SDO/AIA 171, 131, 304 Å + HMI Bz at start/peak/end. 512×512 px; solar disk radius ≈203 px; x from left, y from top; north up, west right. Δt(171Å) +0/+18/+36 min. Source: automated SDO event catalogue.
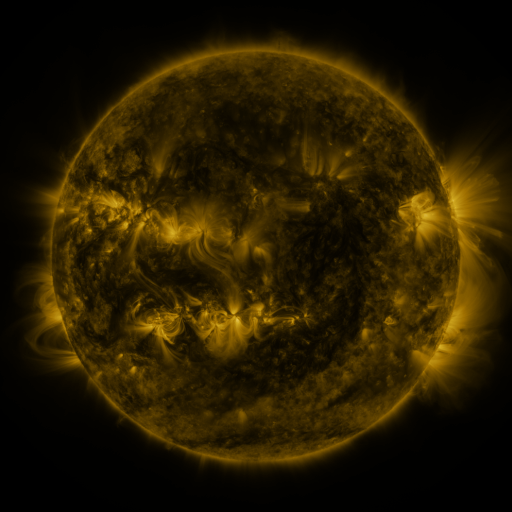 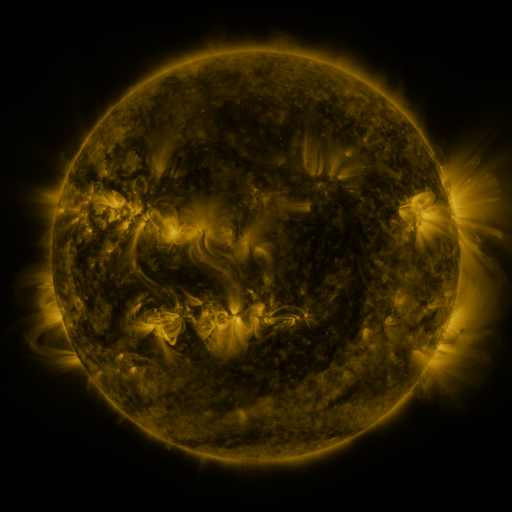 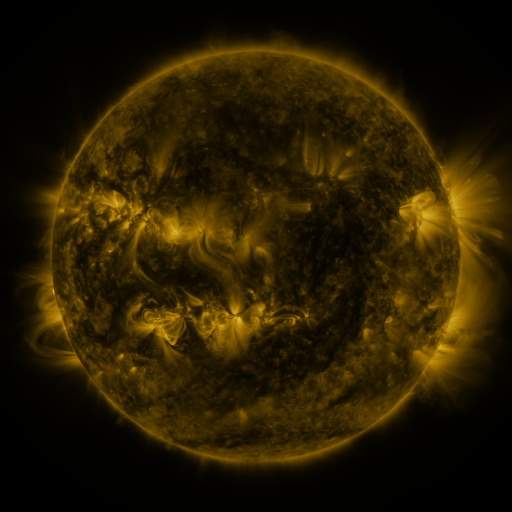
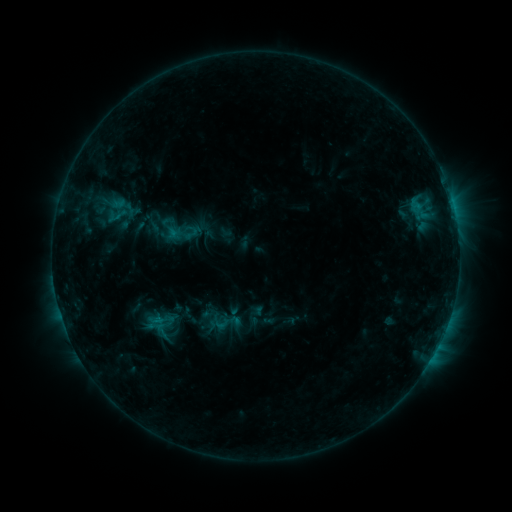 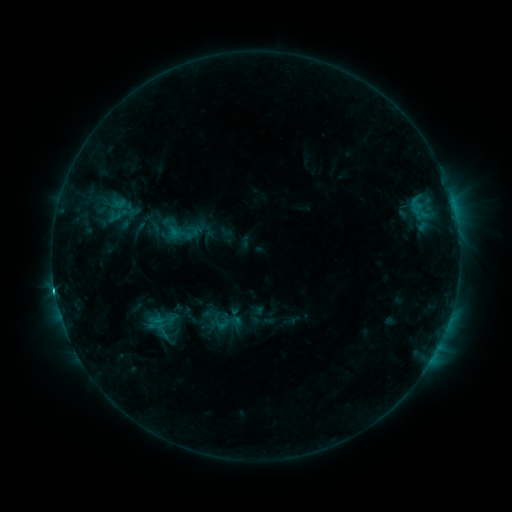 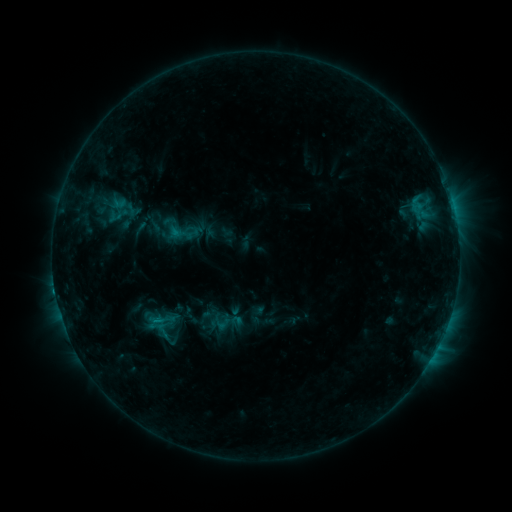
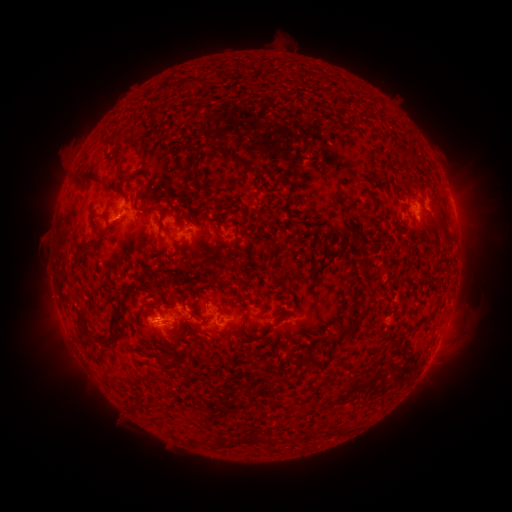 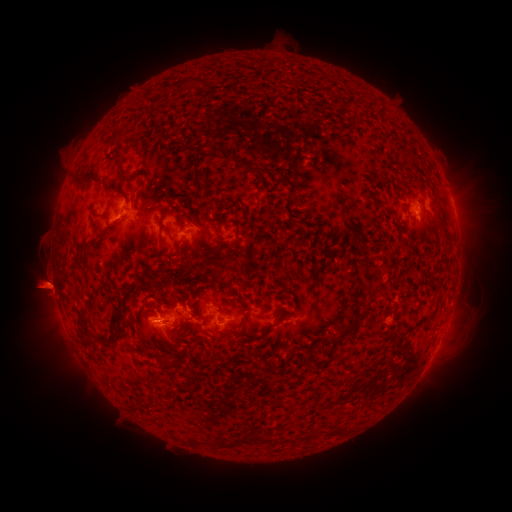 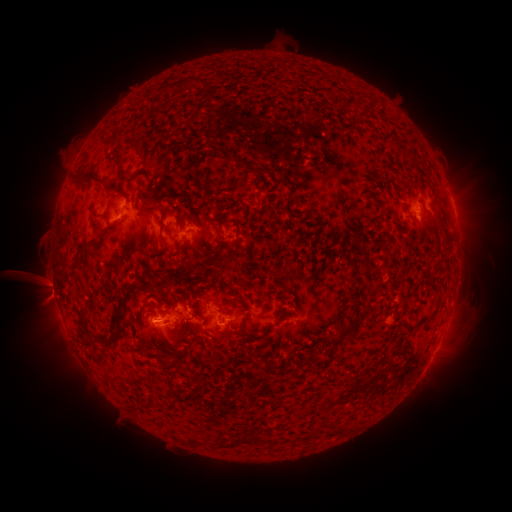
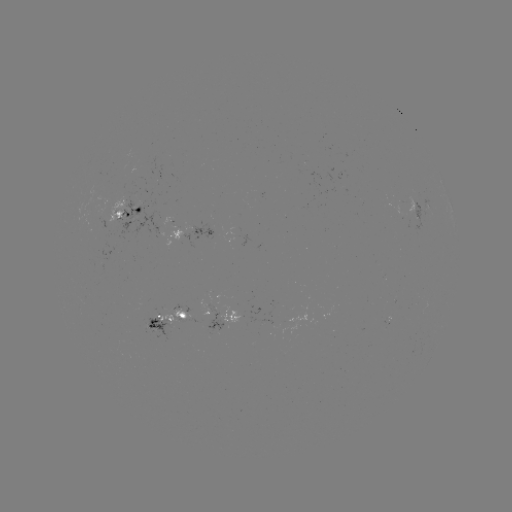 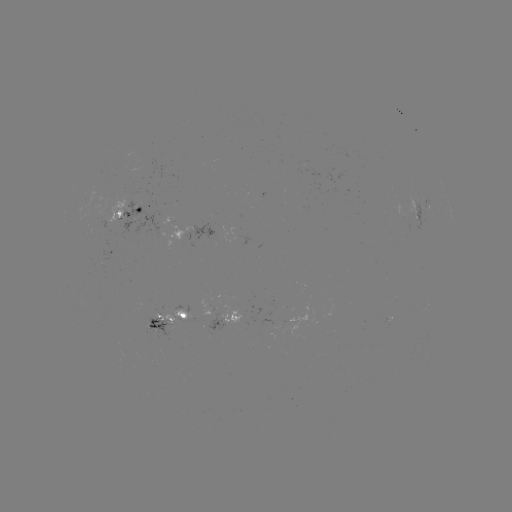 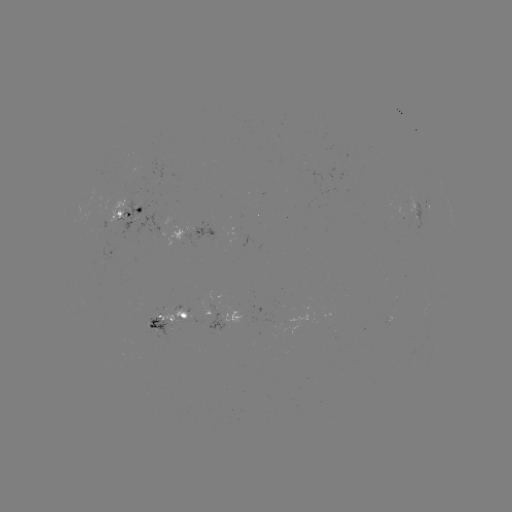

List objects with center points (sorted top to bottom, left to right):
eruption: (45, 290)
